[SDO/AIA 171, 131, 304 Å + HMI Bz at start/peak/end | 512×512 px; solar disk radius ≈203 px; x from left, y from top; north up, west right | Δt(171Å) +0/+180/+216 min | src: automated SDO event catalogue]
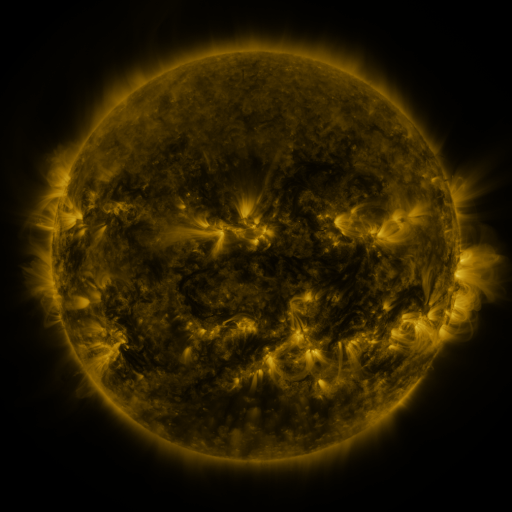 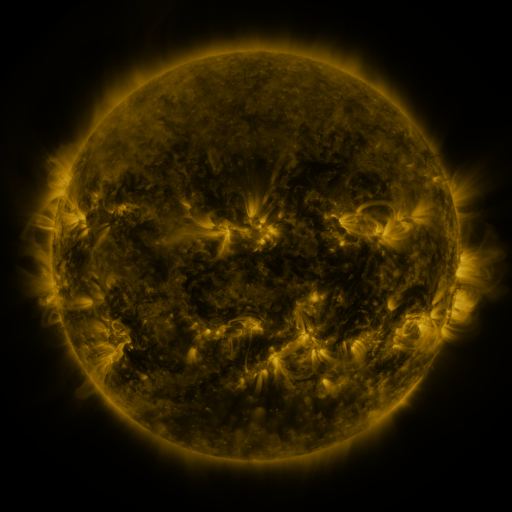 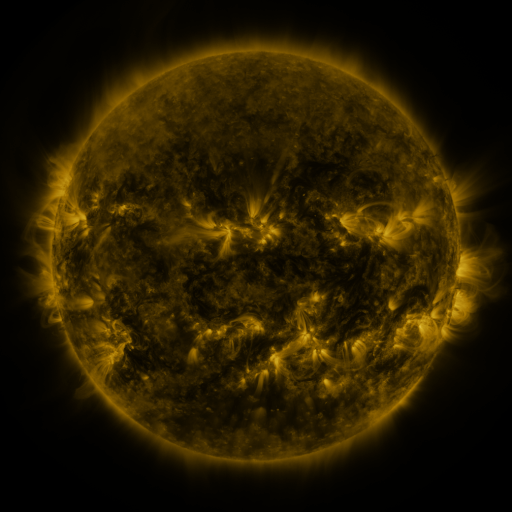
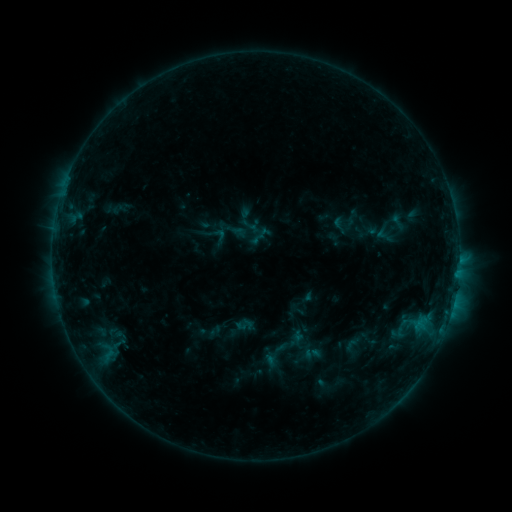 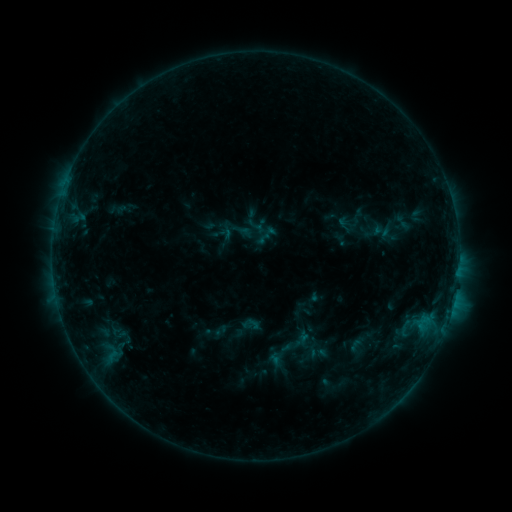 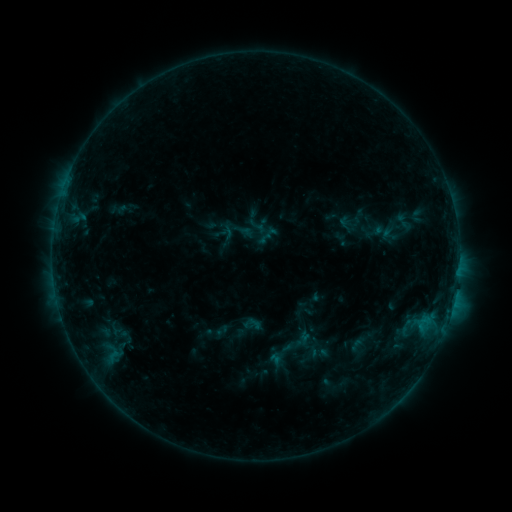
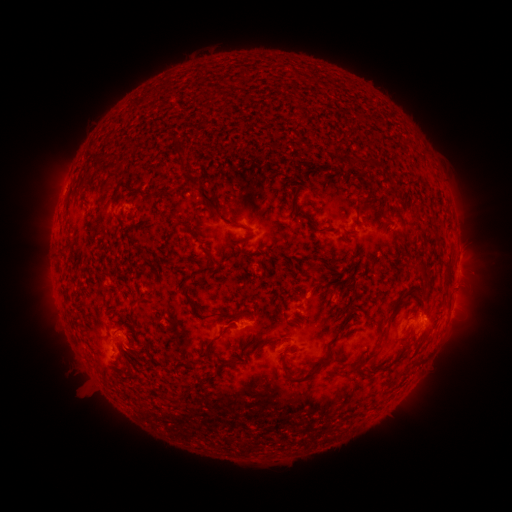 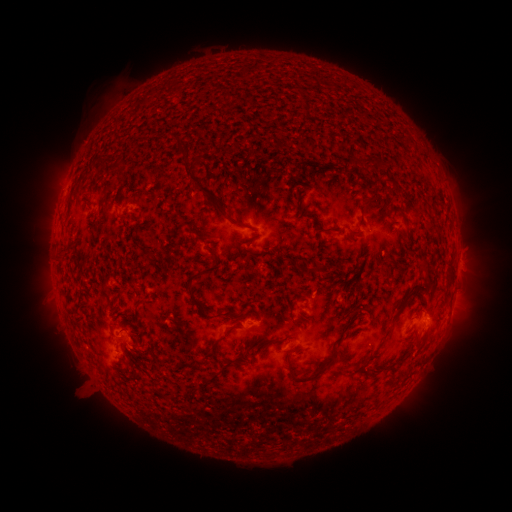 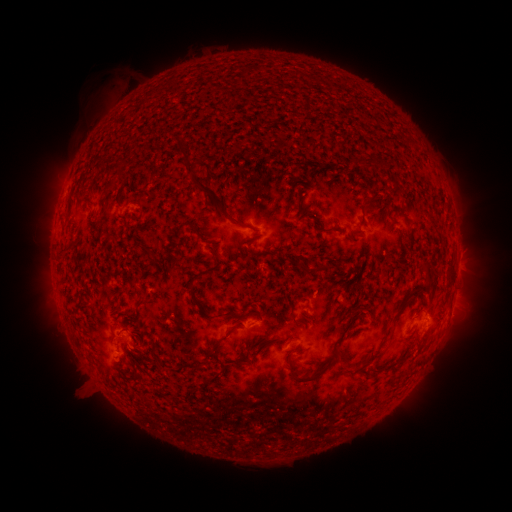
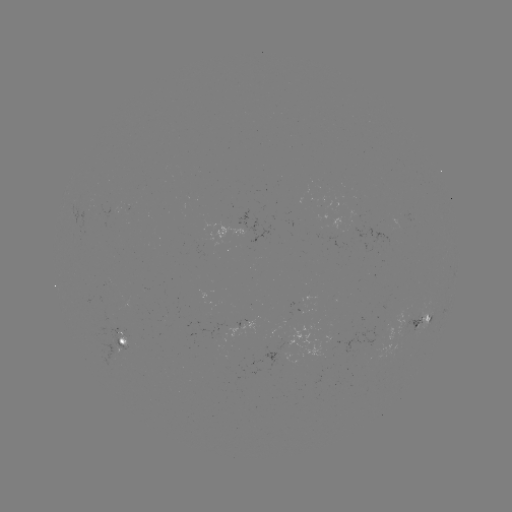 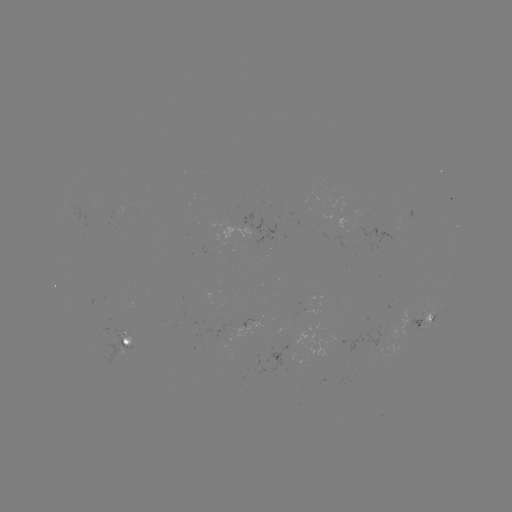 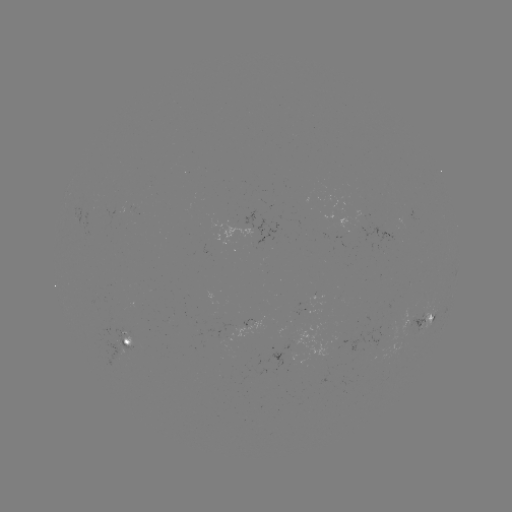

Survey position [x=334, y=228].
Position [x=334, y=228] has emerging-flux region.